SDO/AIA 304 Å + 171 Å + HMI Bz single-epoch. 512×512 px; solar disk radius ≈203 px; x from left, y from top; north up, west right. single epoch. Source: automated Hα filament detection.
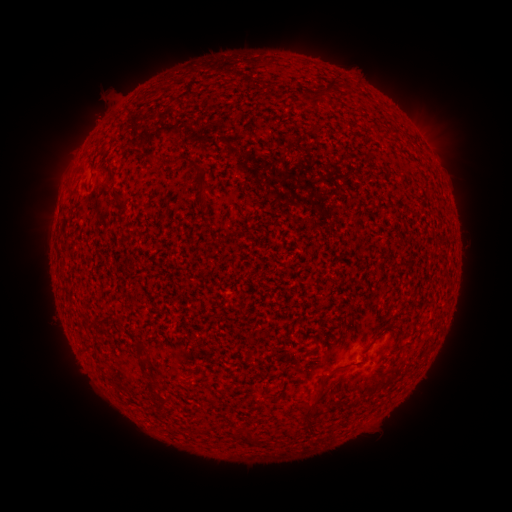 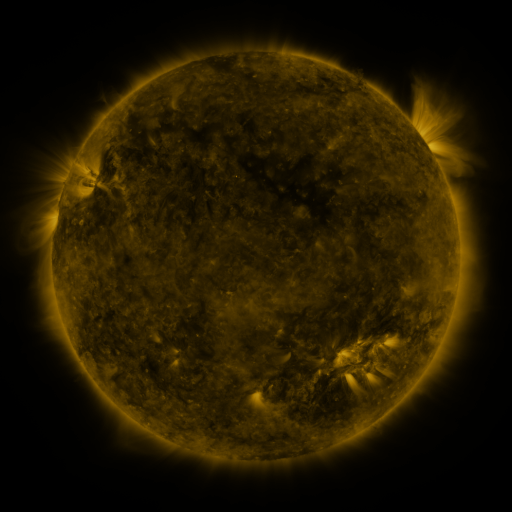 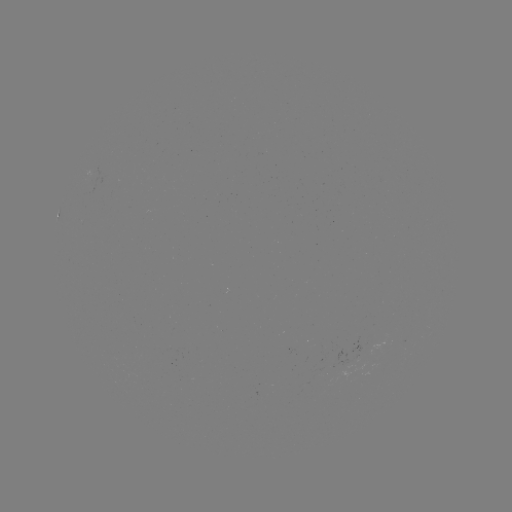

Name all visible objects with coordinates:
filament: <bbox>327, 81, 339, 93</bbox>
filament: <bbox>172, 154, 184, 165</bbox>
filament: <bbox>198, 175, 207, 189</bbox>
filament: <bbox>199, 196, 209, 208</bbox>
filament: <bbox>201, 214, 212, 222</bbox>
filament: <bbox>110, 314, 123, 323</bbox>
filament: <bbox>373, 327, 387, 341</bbox>
filament: <bbox>311, 337, 318, 349</bbox>
filament: <bbox>134, 341, 149, 368</bbox>
filament: <bbox>319, 373, 330, 385</bbox>
filament: <bbox>294, 388, 321, 426</bbox>
filament: <bbox>243, 430, 252, 442</bbox>
